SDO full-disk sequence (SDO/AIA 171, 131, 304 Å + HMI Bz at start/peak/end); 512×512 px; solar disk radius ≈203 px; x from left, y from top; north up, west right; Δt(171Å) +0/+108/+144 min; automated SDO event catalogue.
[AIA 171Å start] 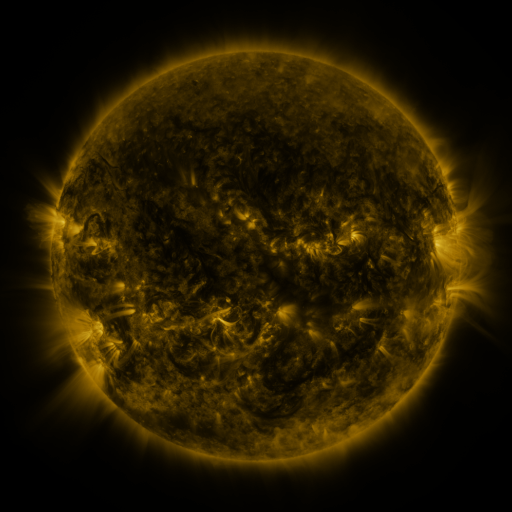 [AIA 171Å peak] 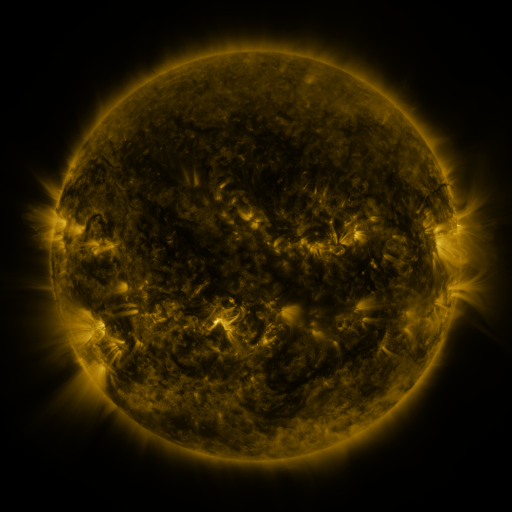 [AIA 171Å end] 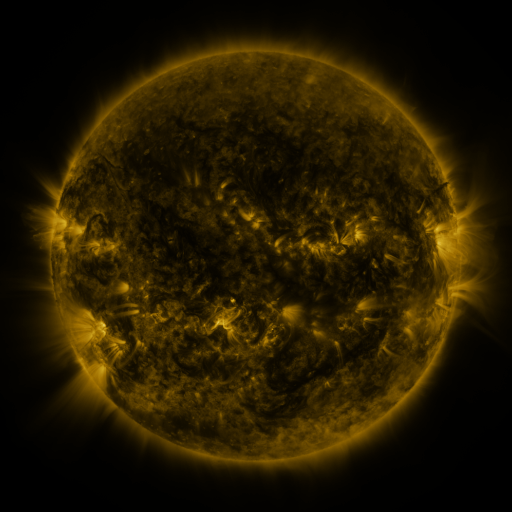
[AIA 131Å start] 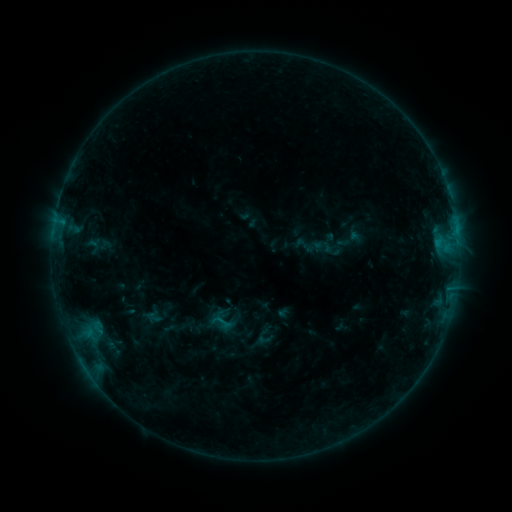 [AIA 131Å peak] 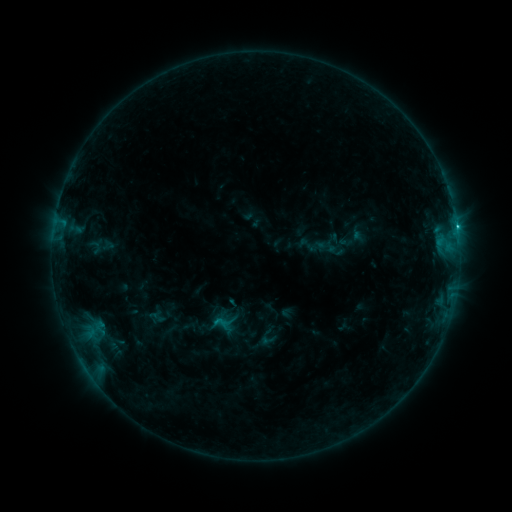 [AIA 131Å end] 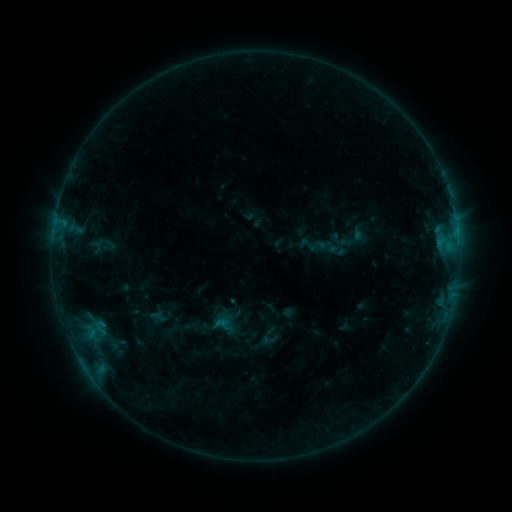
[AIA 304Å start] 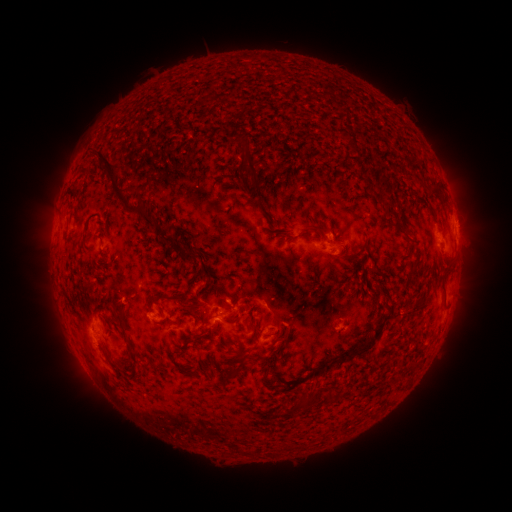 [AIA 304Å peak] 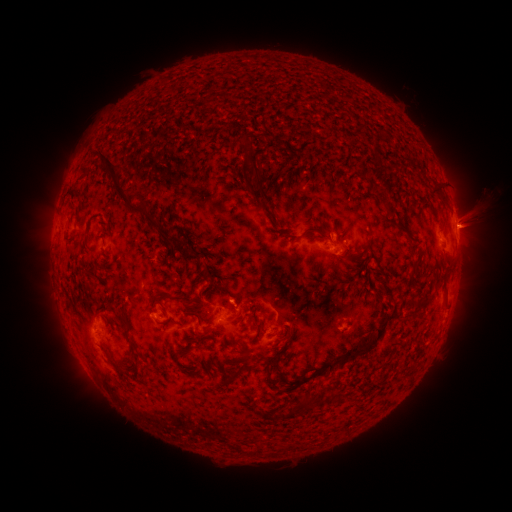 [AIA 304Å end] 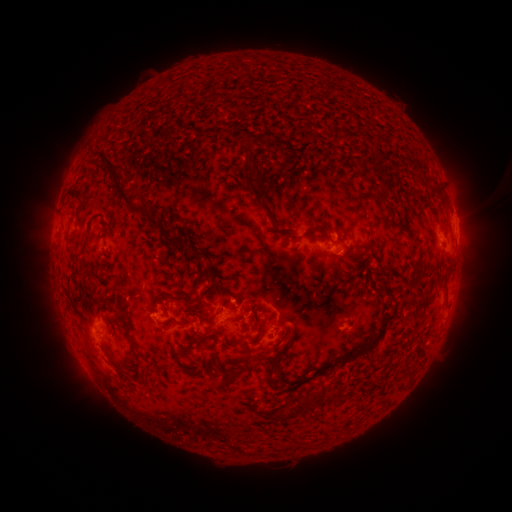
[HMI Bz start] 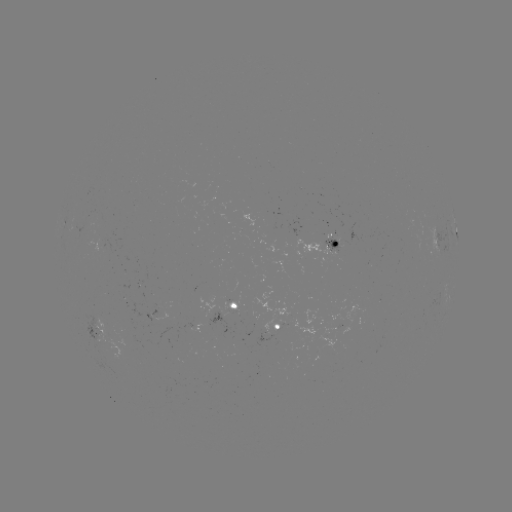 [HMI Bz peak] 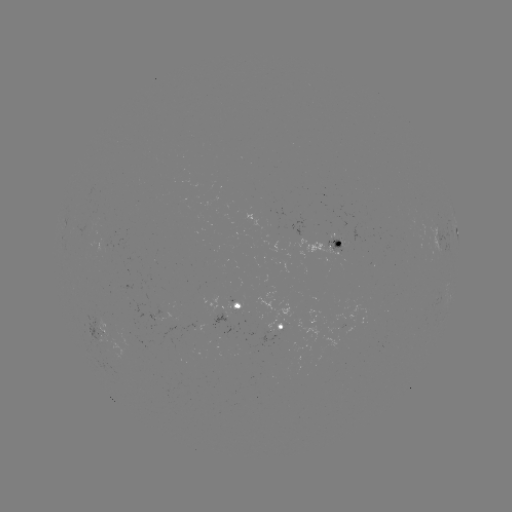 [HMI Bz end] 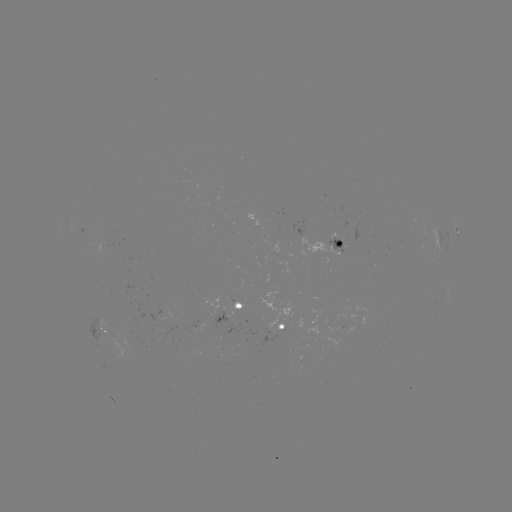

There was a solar emerging-flux region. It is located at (281, 320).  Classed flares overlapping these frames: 1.